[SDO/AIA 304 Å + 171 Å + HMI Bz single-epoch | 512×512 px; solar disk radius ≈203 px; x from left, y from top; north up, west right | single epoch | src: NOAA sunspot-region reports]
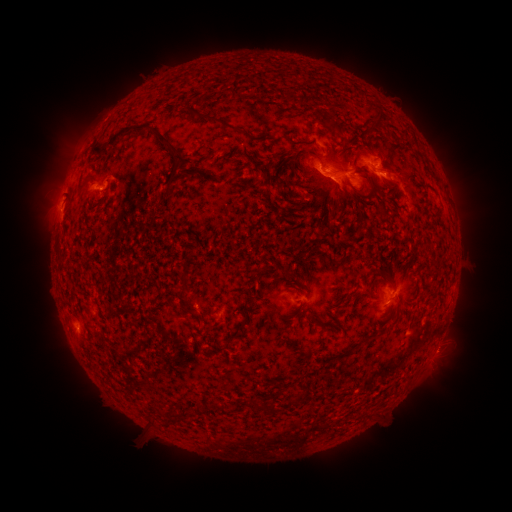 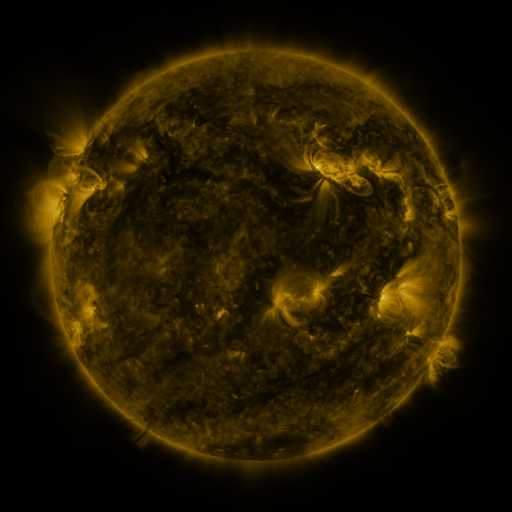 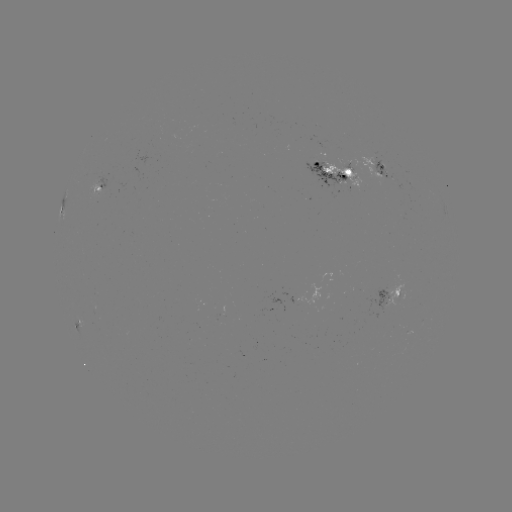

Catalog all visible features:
spotted active region: (383, 165)
spotted active region: (341, 171)
spotted active region: (101, 185)
spotted active region: (396, 298)
